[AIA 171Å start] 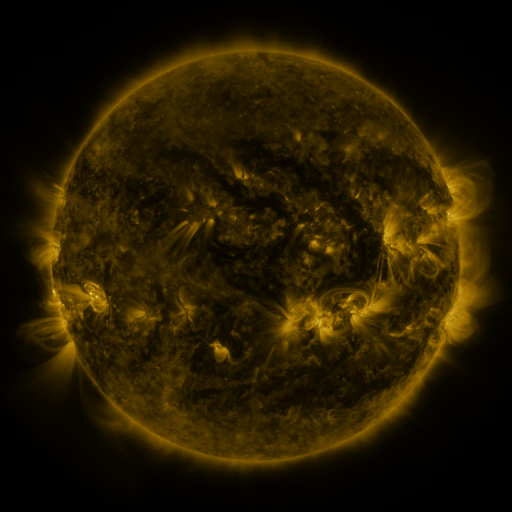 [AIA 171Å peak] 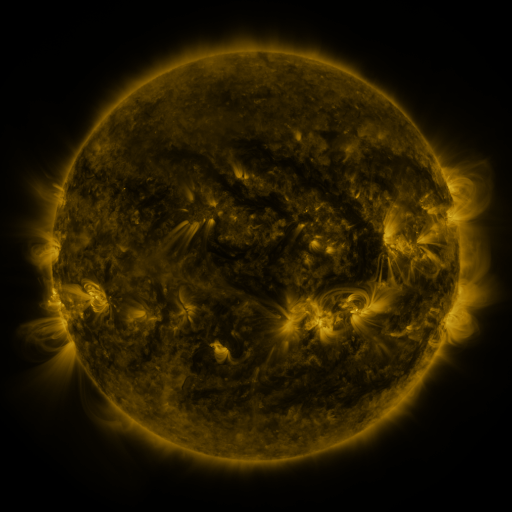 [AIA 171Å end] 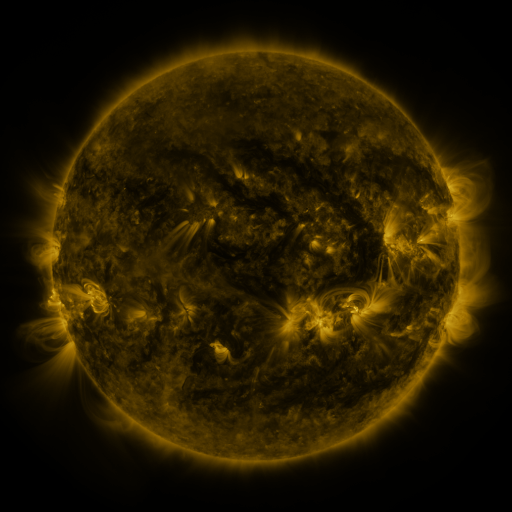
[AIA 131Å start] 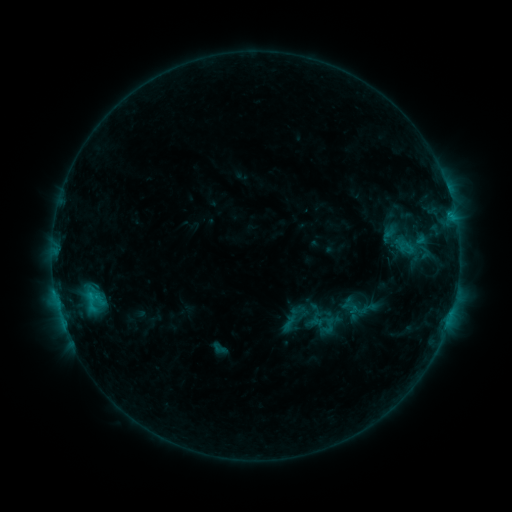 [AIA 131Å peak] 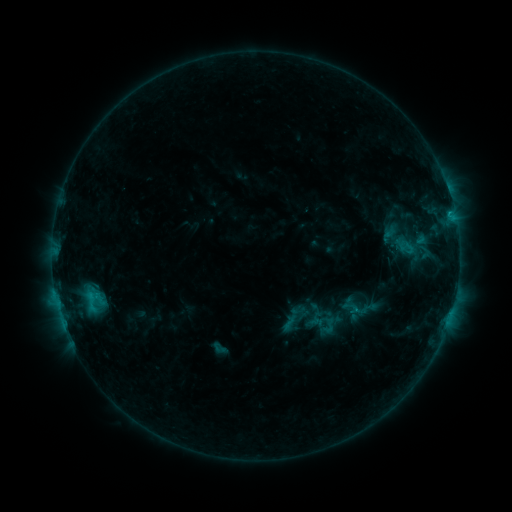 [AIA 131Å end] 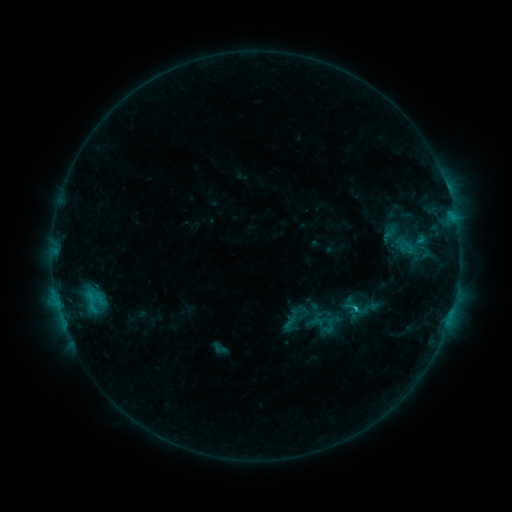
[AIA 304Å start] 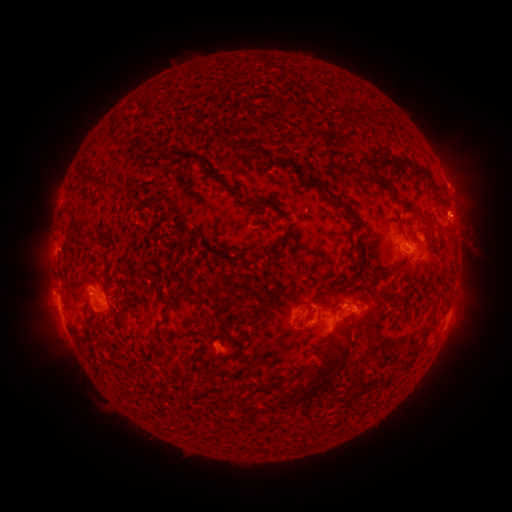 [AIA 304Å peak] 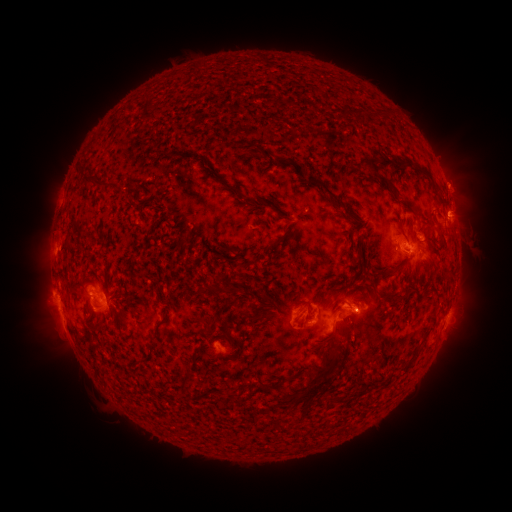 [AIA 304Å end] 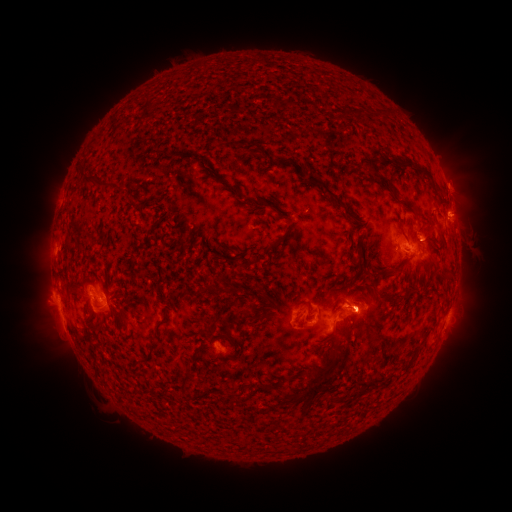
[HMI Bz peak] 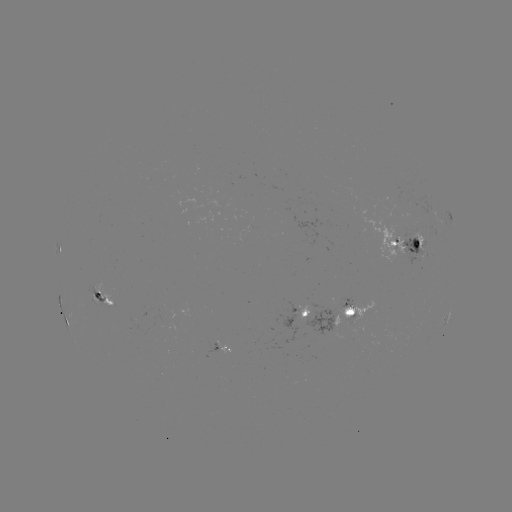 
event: eruption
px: (369, 314)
